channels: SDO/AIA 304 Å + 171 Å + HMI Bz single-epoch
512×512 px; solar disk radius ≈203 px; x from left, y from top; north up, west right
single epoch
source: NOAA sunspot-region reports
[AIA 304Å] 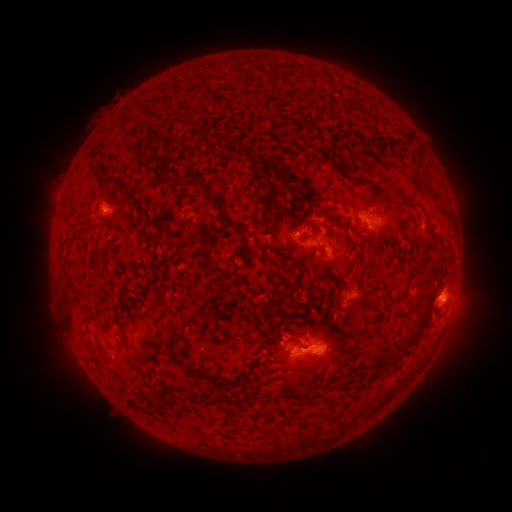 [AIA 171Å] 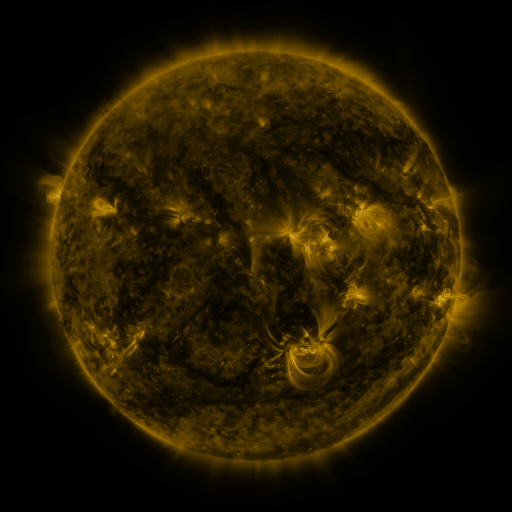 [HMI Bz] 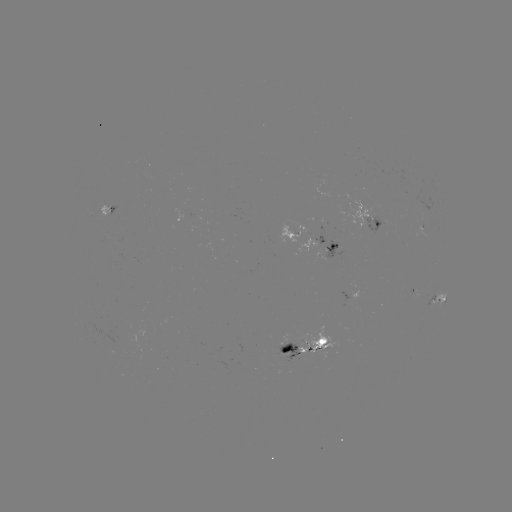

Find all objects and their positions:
spotted active region: (109, 208)
spotted active region: (368, 219)
spotted active region: (182, 221)
spotted active region: (424, 226)
spotted active region: (314, 240)
spotted active region: (348, 295)
spotted active region: (438, 297)
spotted active region: (308, 347)
